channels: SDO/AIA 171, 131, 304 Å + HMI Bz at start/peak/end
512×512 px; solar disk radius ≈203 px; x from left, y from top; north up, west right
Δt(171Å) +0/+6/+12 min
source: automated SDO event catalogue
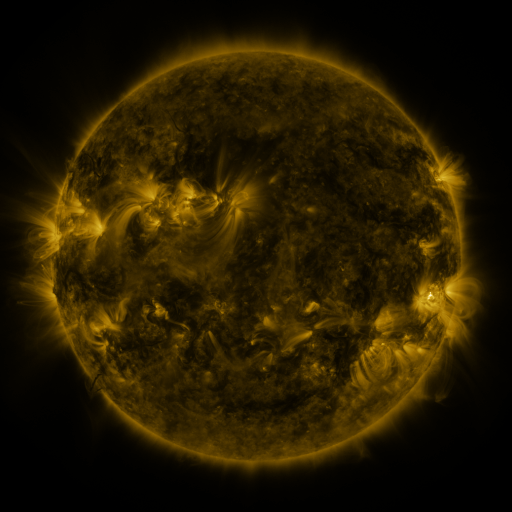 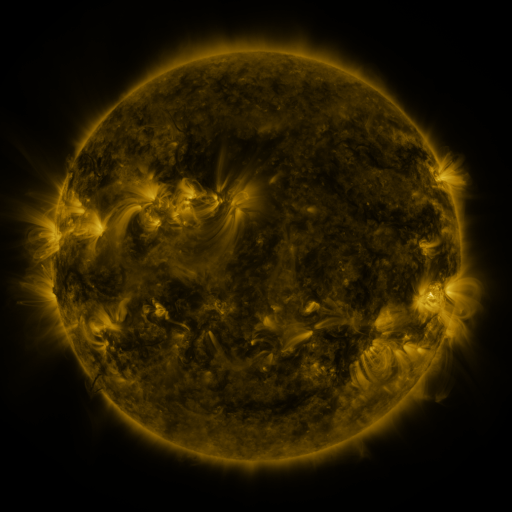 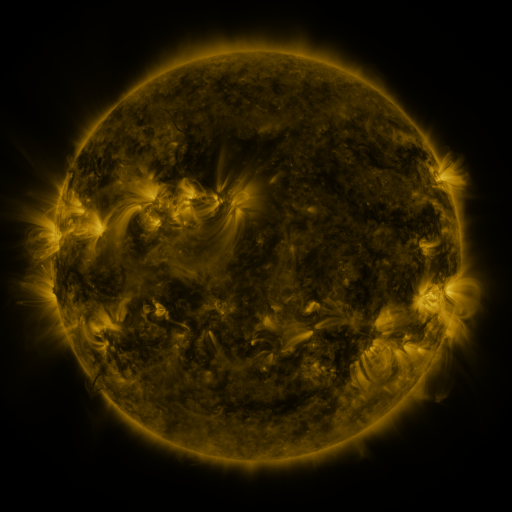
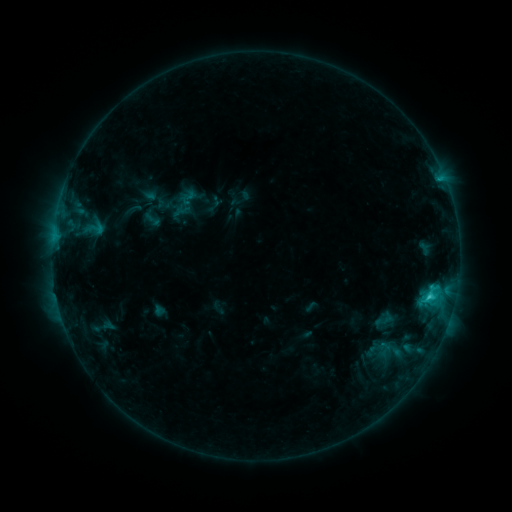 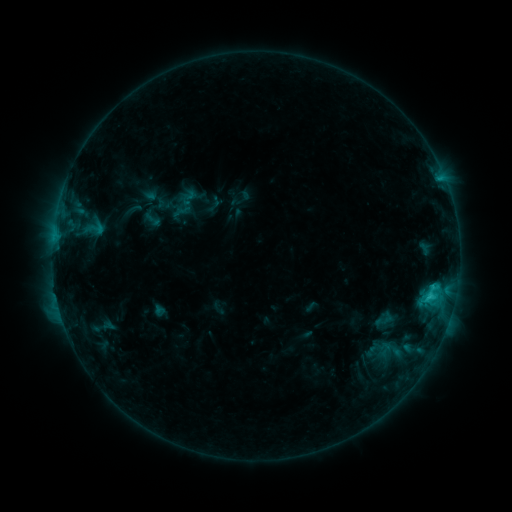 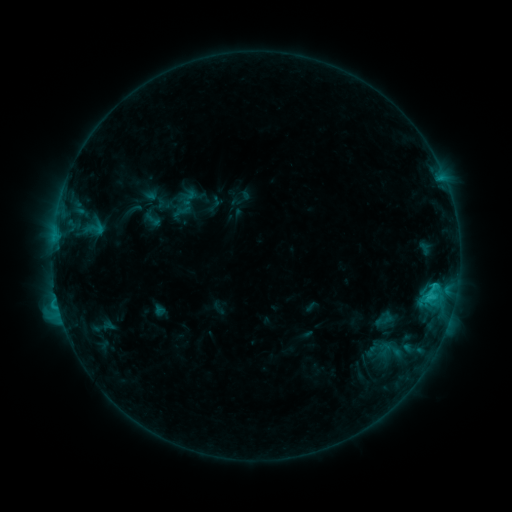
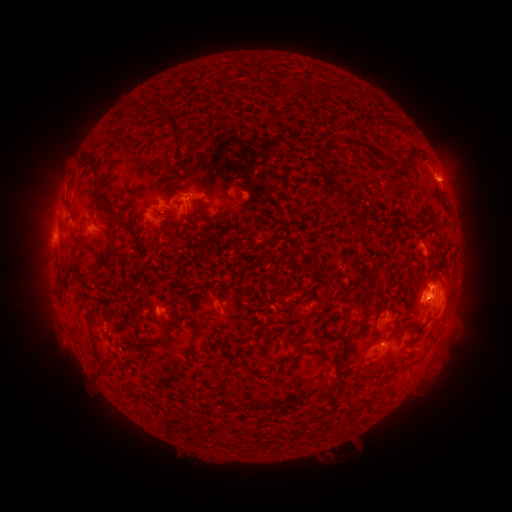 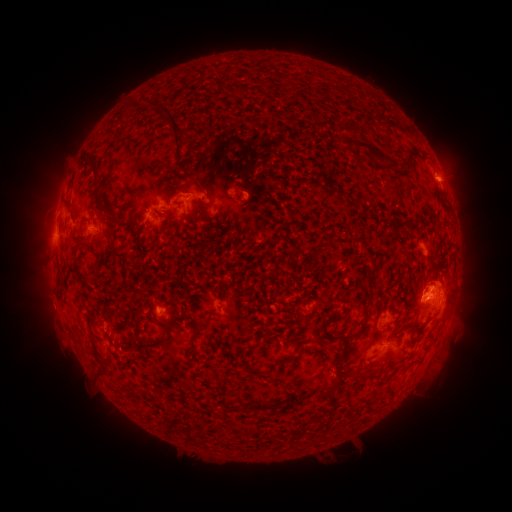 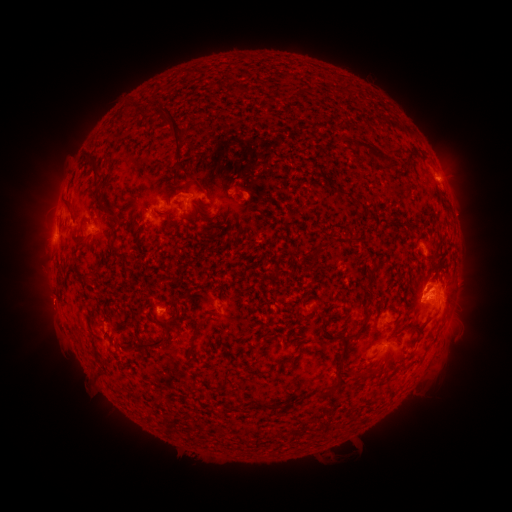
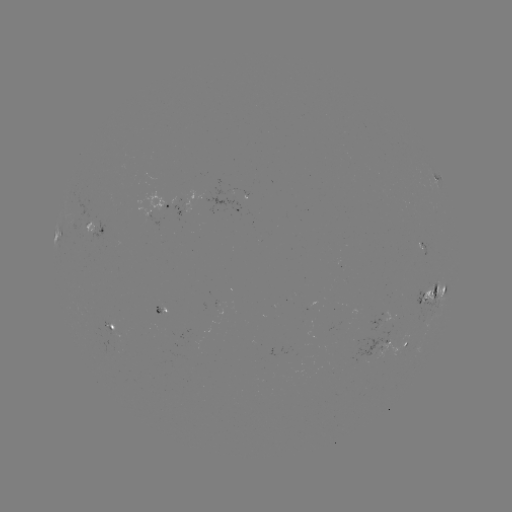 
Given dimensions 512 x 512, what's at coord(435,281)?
eruption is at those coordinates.